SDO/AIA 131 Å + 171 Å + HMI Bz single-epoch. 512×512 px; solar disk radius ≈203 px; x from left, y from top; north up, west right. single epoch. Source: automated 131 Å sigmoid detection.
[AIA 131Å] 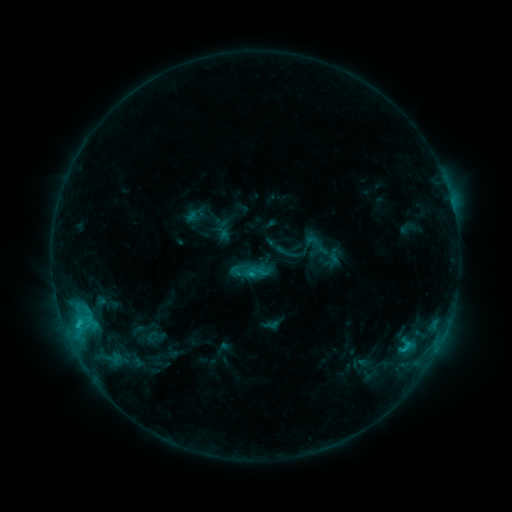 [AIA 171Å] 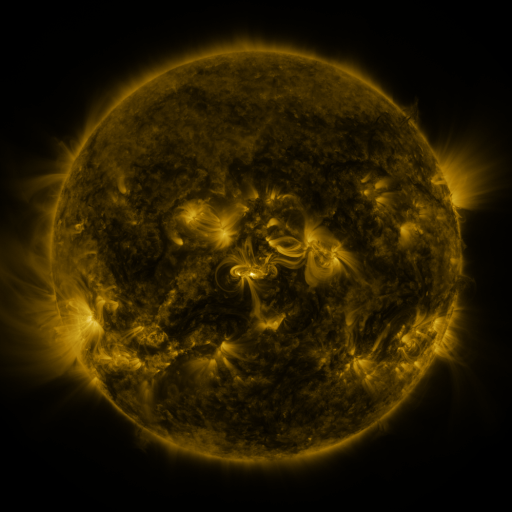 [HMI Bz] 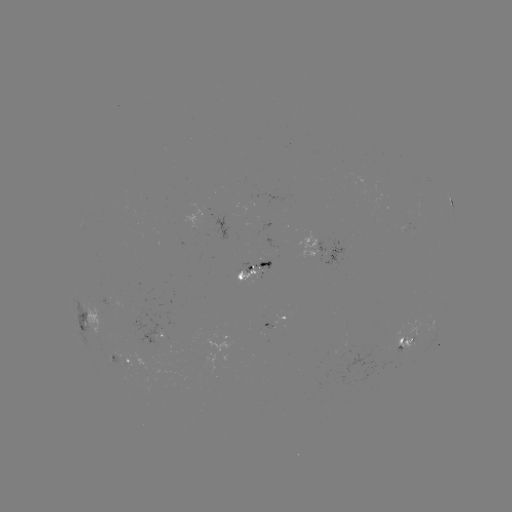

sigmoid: <bbox>243, 259, 269, 285</bbox>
